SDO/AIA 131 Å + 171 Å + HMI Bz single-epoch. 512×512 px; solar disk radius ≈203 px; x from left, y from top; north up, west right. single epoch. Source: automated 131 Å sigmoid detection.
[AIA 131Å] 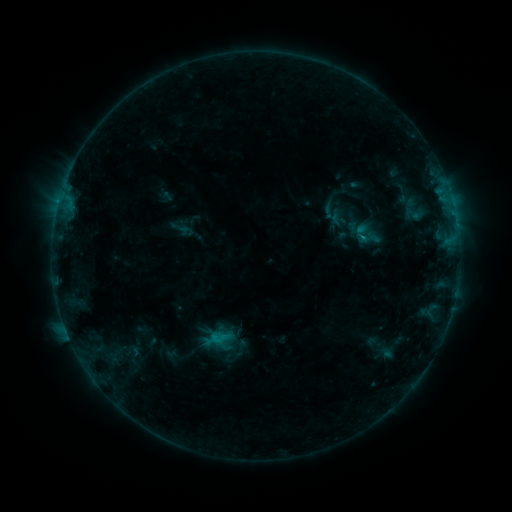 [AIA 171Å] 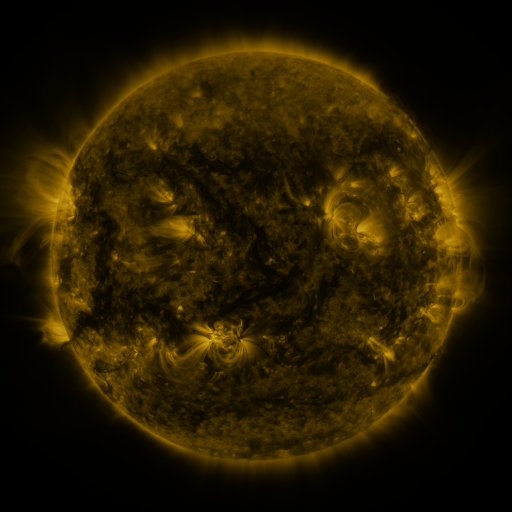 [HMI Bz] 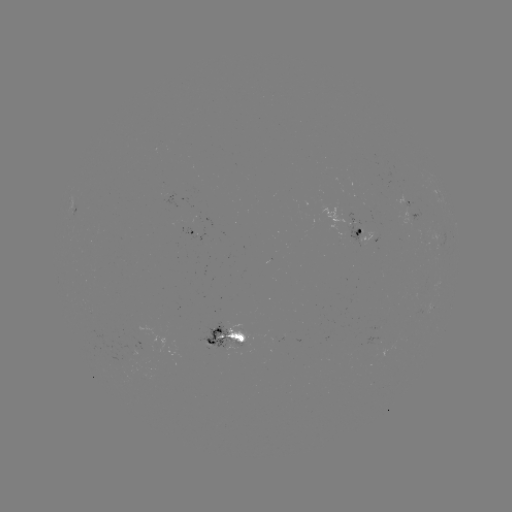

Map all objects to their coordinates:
sigmoid: (414, 214)
